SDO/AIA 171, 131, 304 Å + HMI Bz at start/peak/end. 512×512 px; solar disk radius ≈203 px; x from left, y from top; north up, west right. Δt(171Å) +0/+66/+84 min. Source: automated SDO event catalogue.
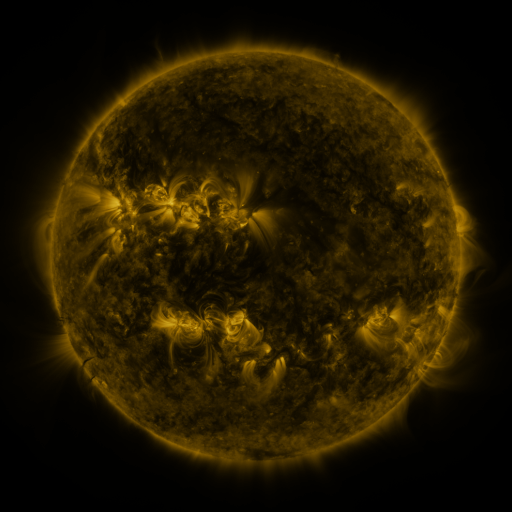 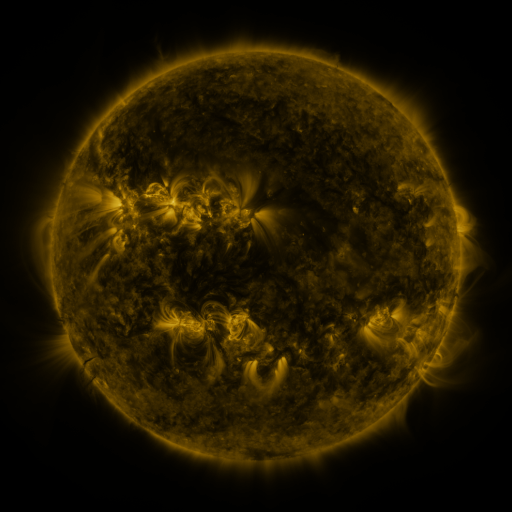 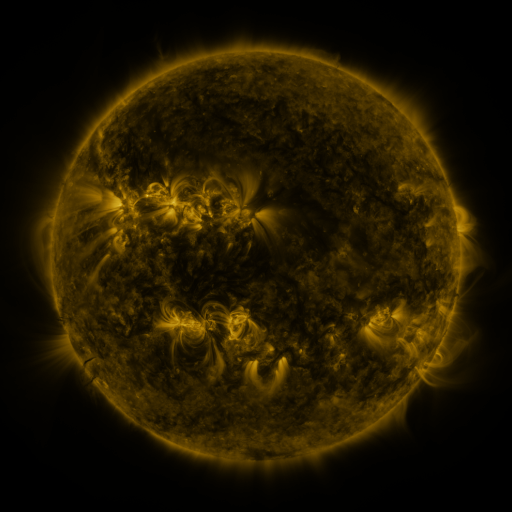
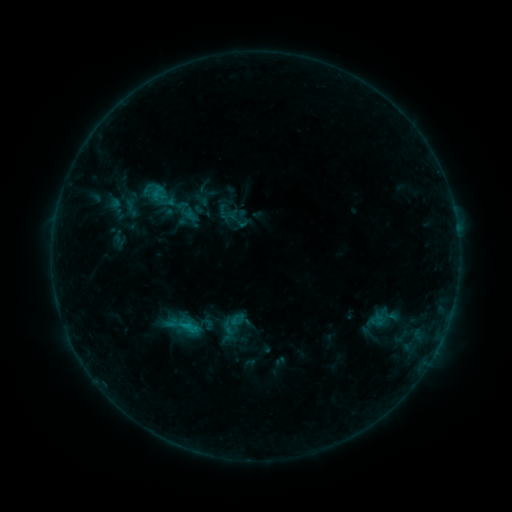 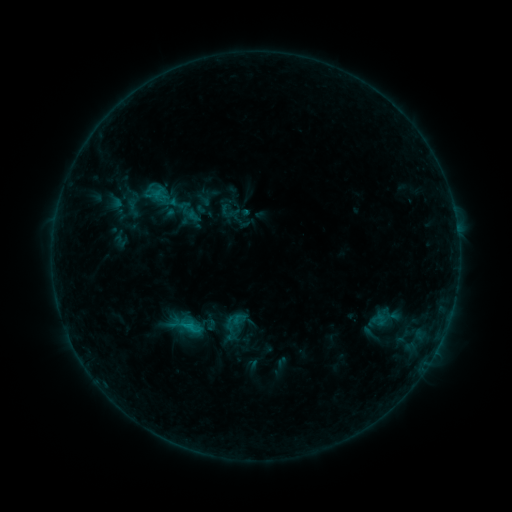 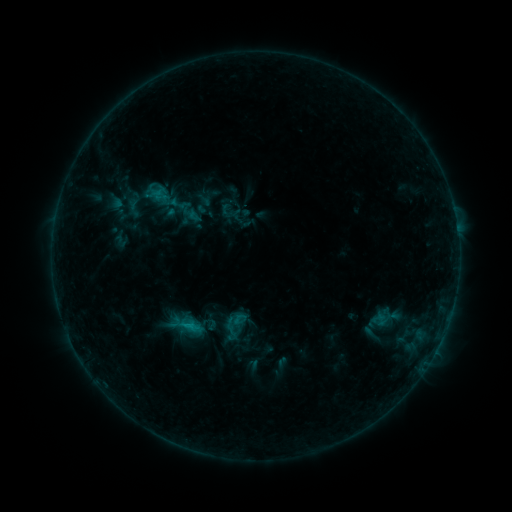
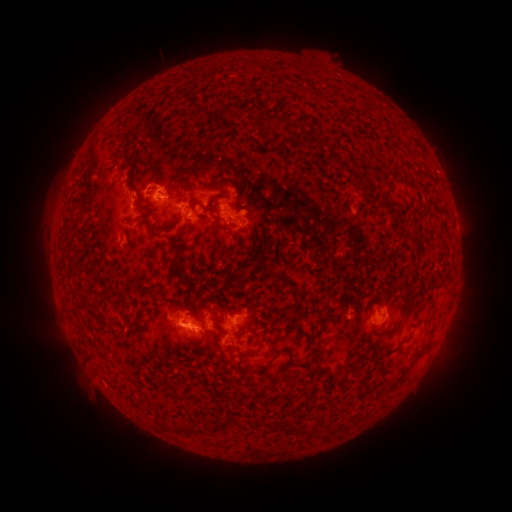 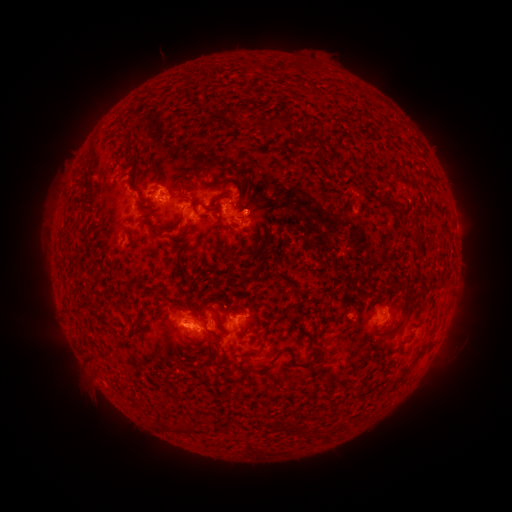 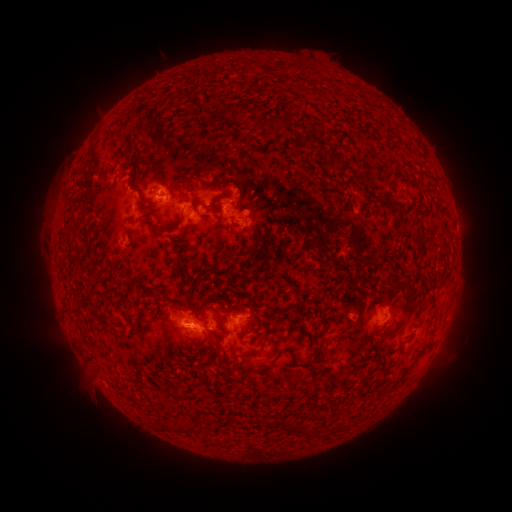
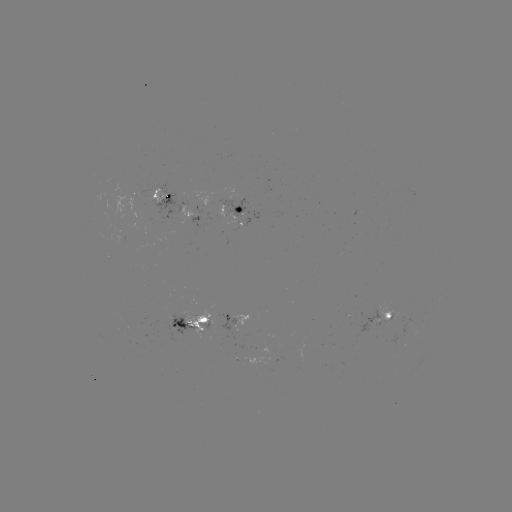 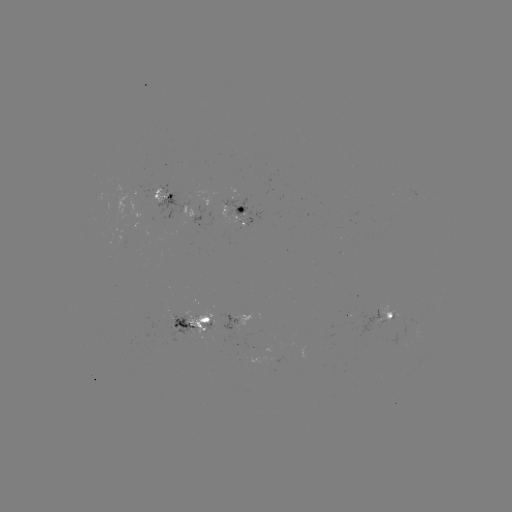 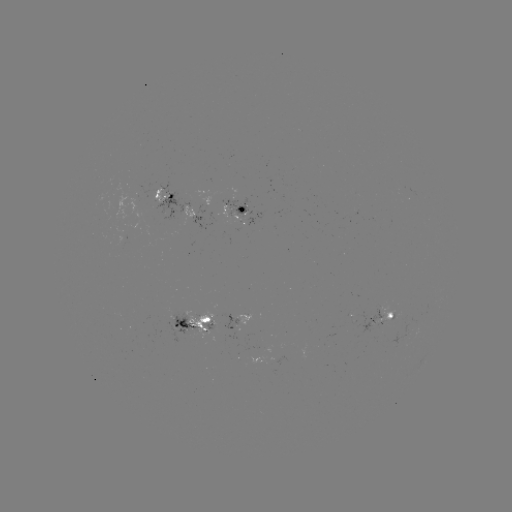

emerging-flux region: (223, 198, 265, 226)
